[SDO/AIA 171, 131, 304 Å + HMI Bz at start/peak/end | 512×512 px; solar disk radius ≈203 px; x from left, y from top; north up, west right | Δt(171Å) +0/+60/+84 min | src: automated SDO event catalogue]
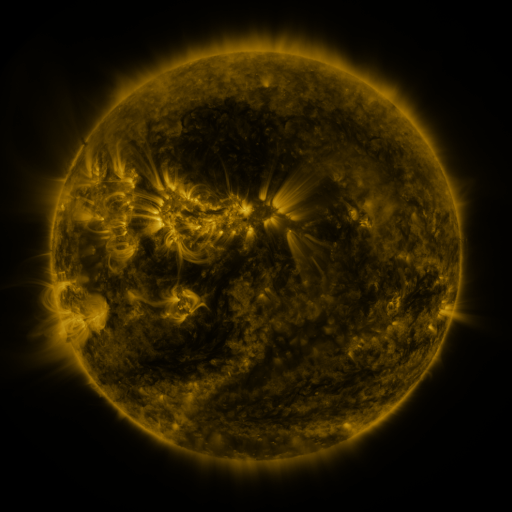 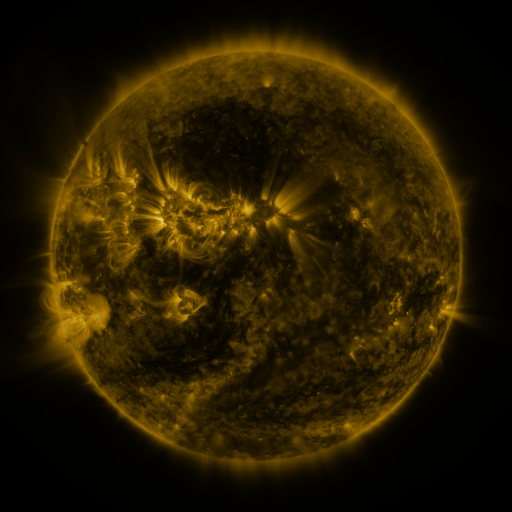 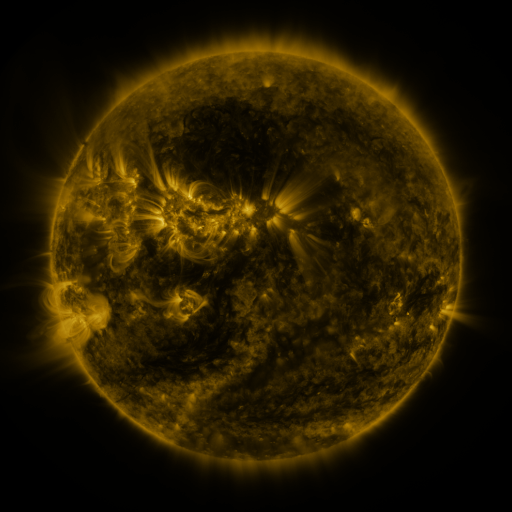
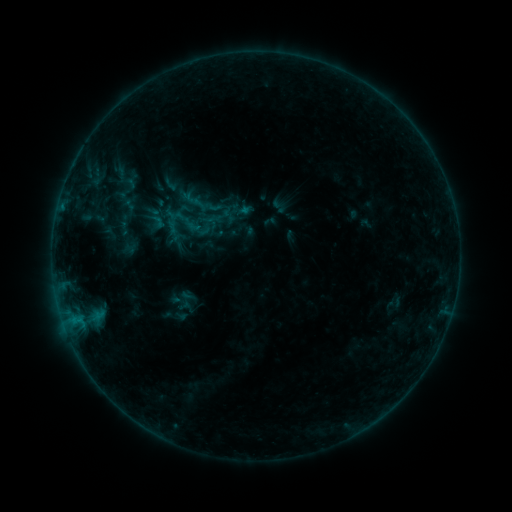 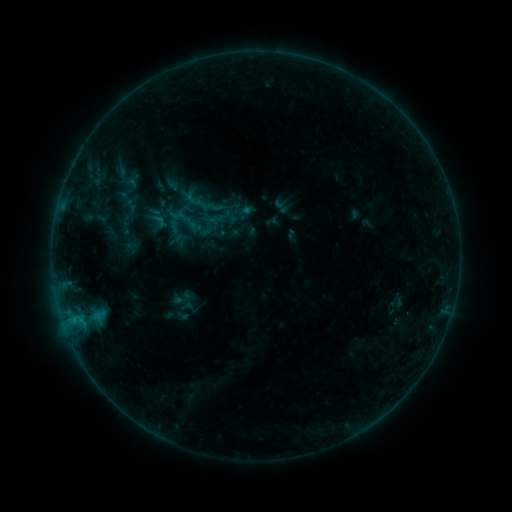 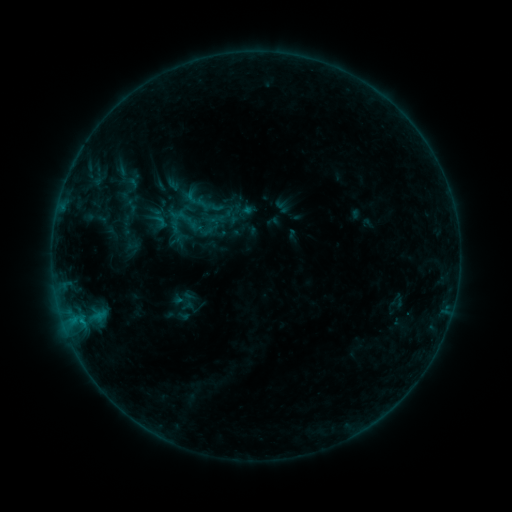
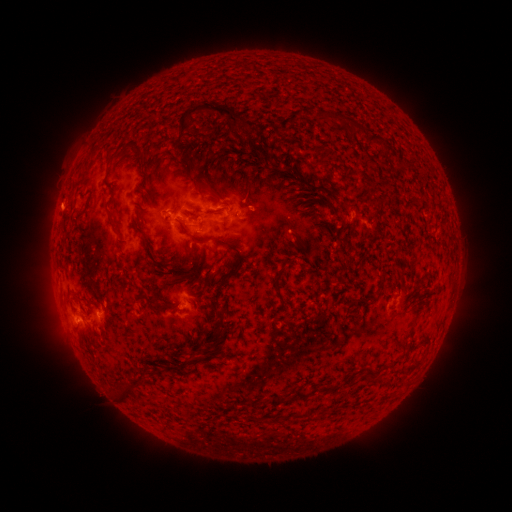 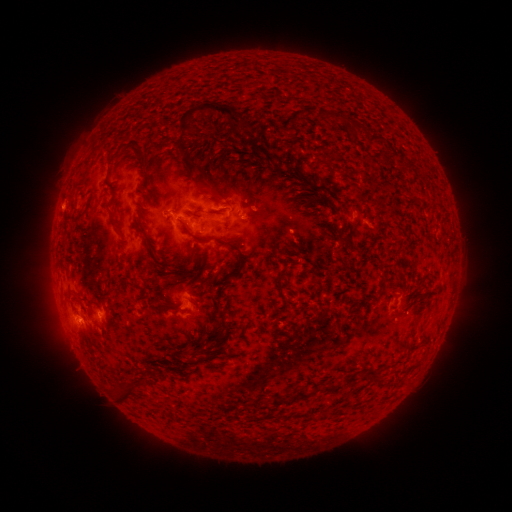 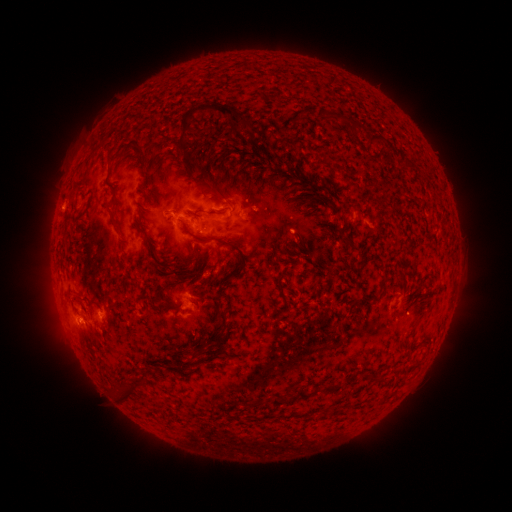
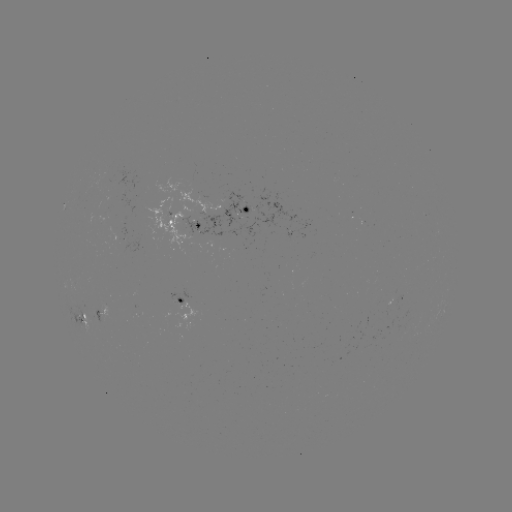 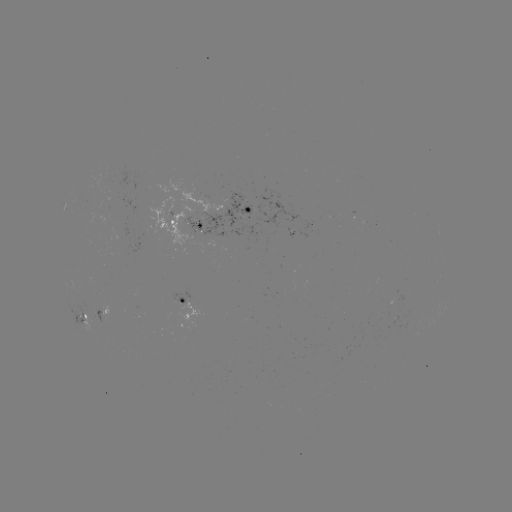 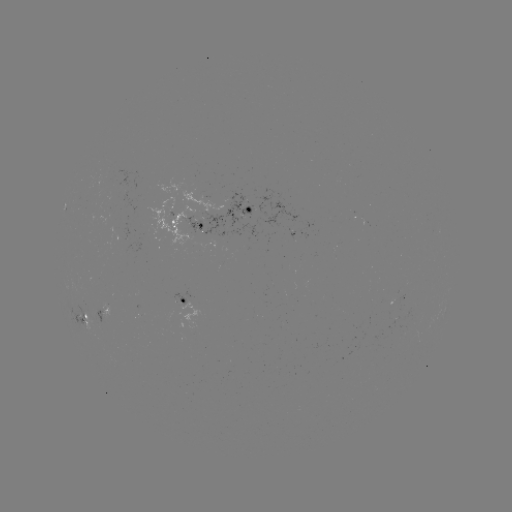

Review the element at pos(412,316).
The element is emerging-flux region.